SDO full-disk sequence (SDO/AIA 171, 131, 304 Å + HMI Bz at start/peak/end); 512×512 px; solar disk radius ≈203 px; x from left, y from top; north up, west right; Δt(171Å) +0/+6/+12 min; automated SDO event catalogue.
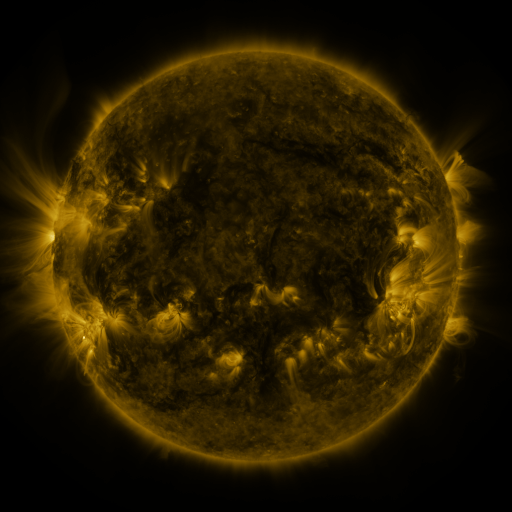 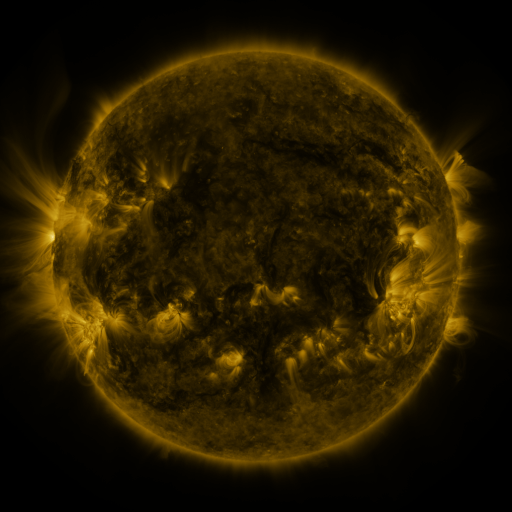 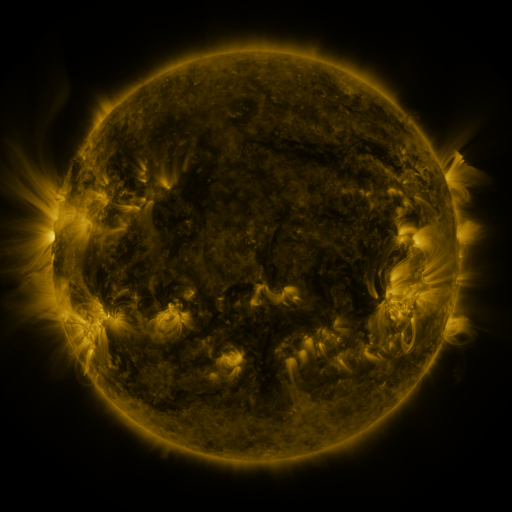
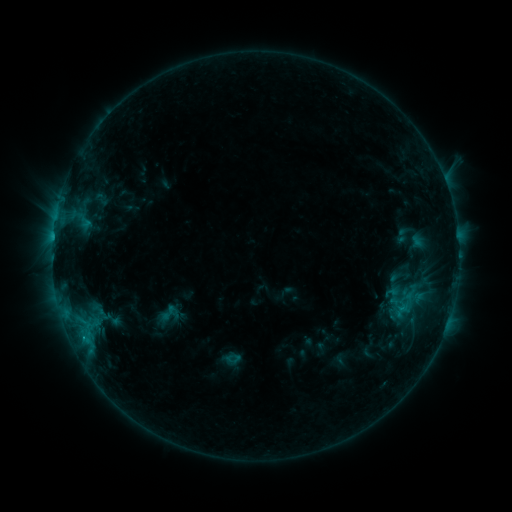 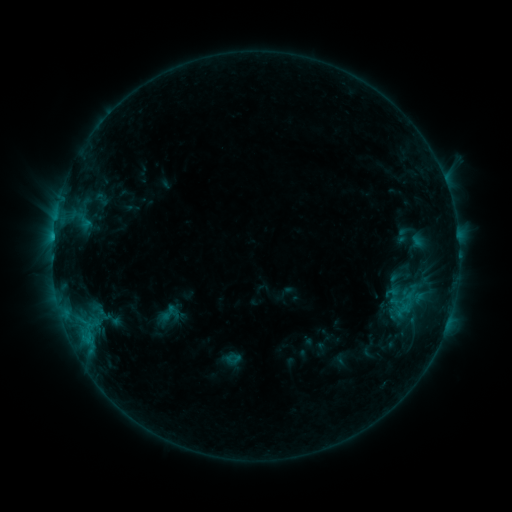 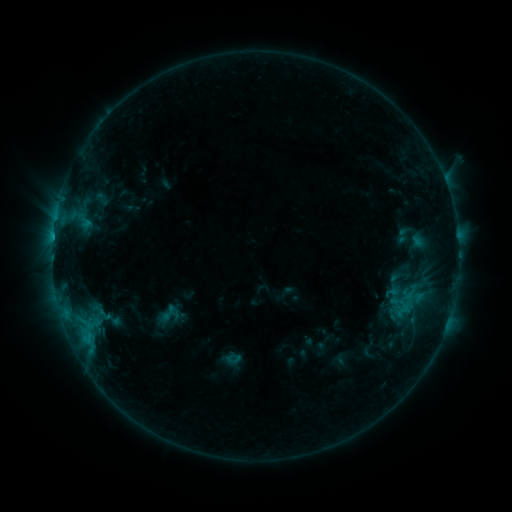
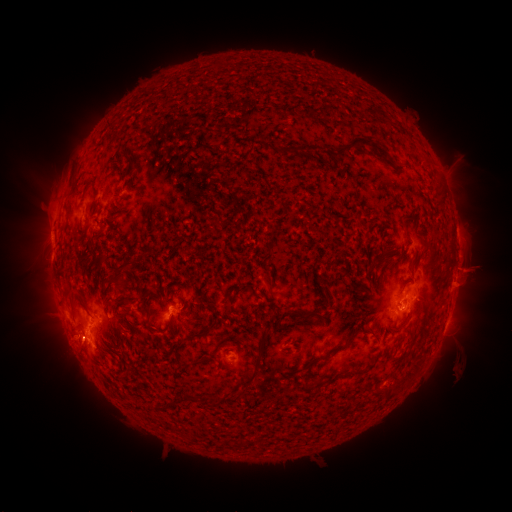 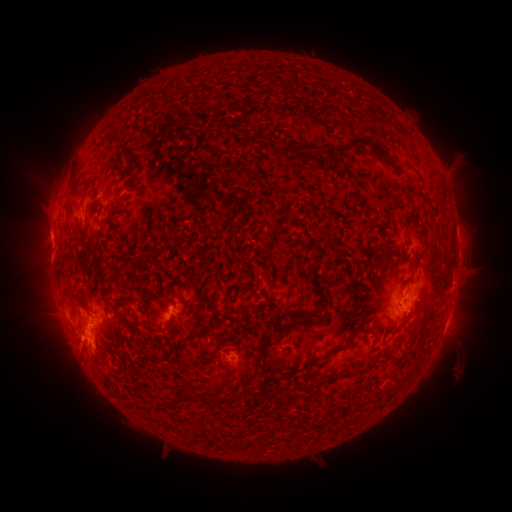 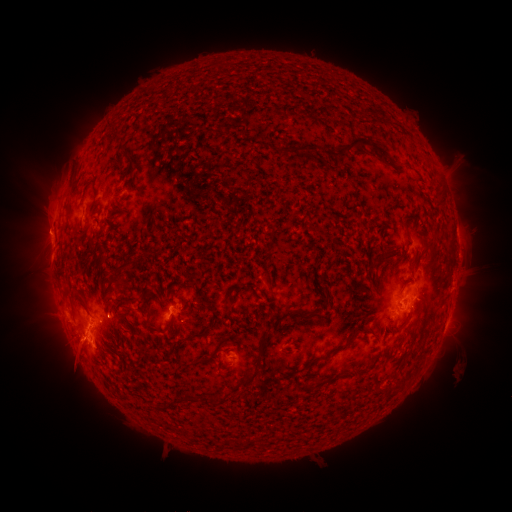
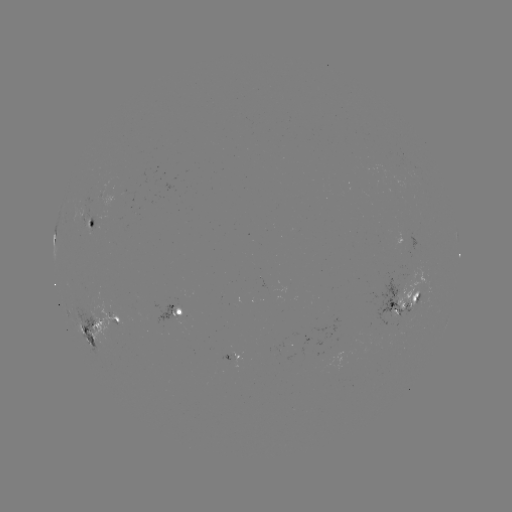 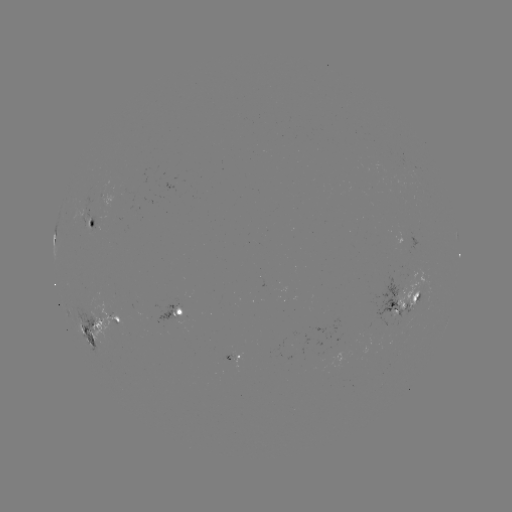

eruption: <bbox>48, 335, 97, 386</bbox>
